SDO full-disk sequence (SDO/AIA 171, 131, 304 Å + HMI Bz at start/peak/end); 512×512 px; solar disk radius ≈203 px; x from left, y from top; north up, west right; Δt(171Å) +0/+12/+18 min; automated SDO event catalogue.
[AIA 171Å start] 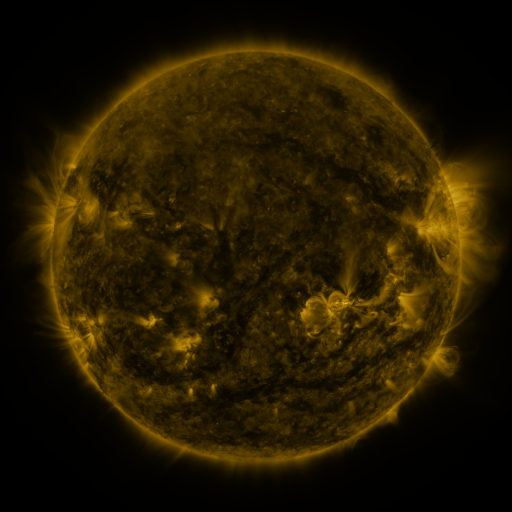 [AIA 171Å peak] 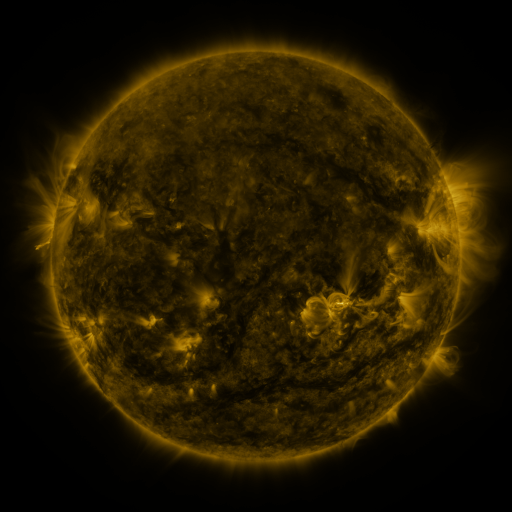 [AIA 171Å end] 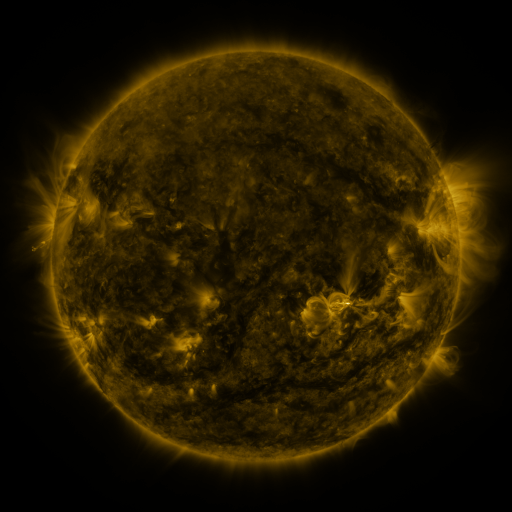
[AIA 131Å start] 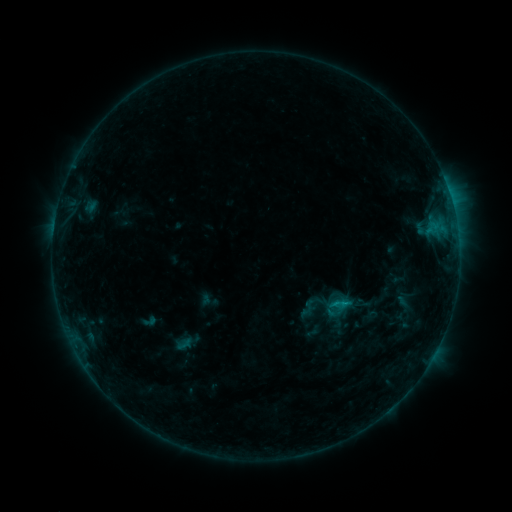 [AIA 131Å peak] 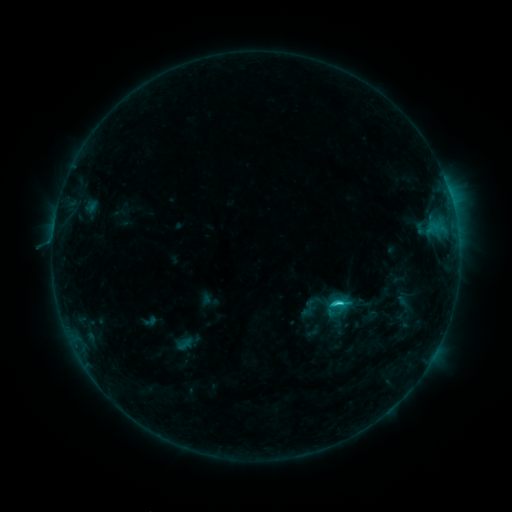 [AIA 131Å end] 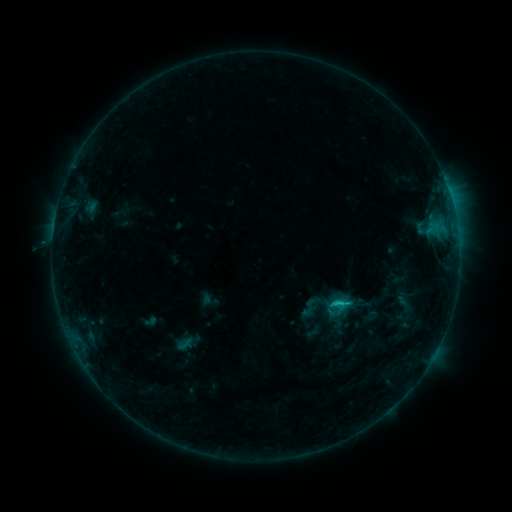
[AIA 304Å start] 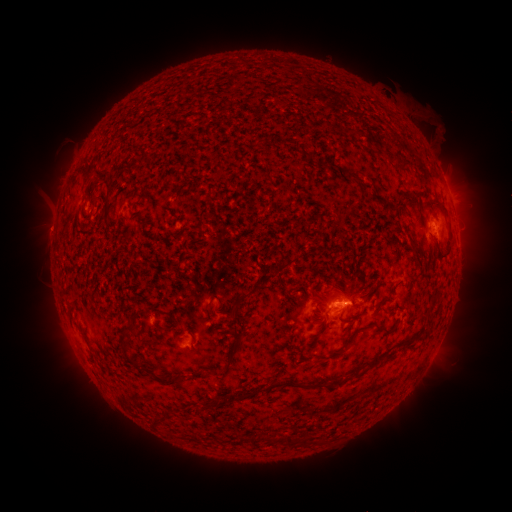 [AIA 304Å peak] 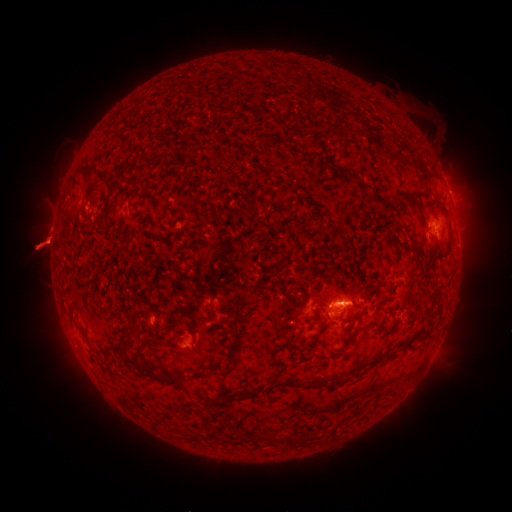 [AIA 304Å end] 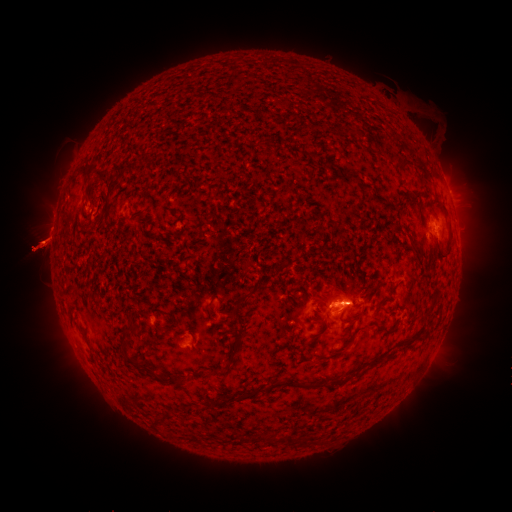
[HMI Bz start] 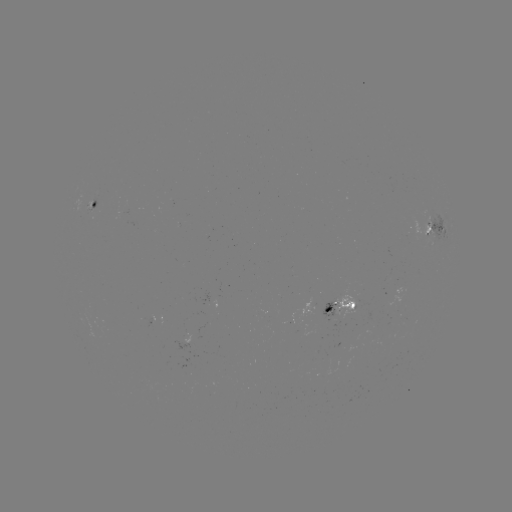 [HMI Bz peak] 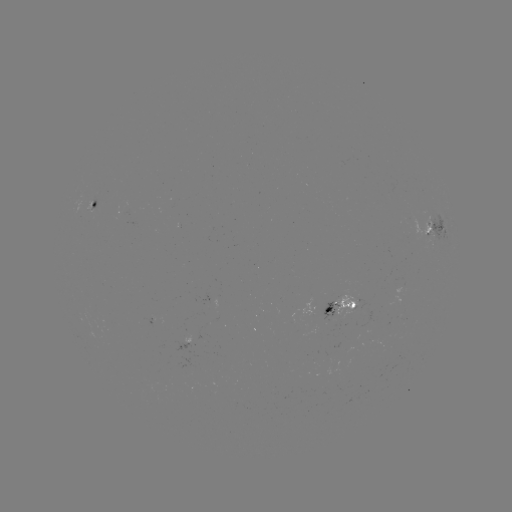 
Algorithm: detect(C1.7 flare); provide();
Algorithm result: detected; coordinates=(337, 302)